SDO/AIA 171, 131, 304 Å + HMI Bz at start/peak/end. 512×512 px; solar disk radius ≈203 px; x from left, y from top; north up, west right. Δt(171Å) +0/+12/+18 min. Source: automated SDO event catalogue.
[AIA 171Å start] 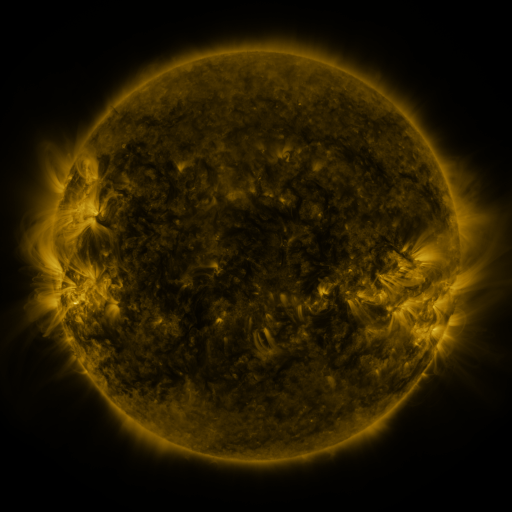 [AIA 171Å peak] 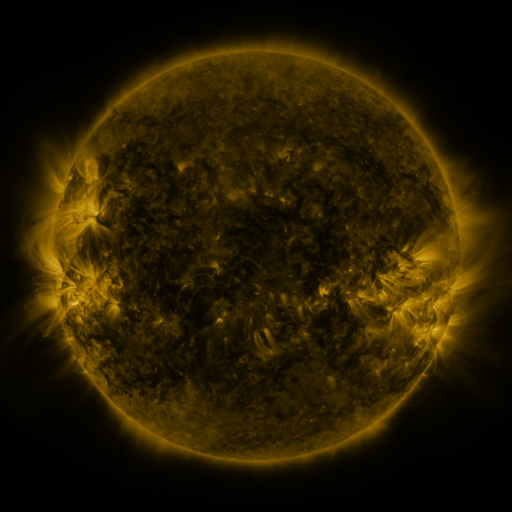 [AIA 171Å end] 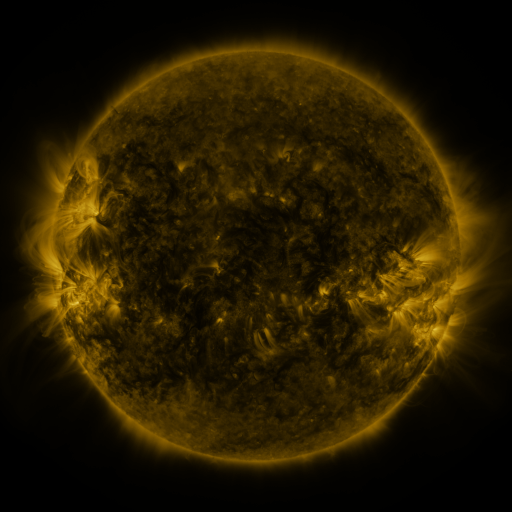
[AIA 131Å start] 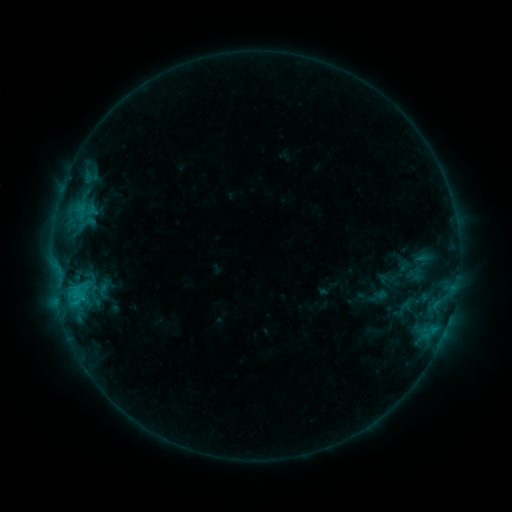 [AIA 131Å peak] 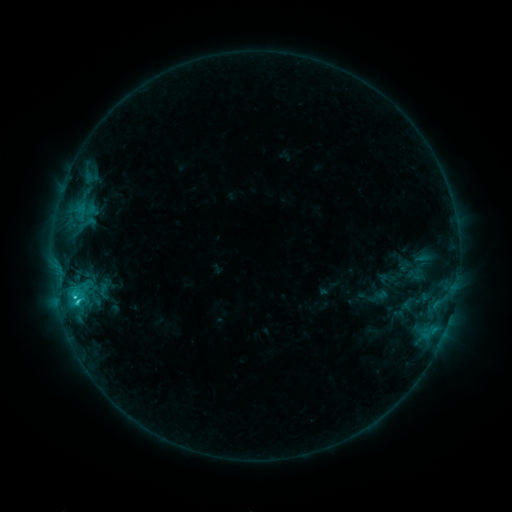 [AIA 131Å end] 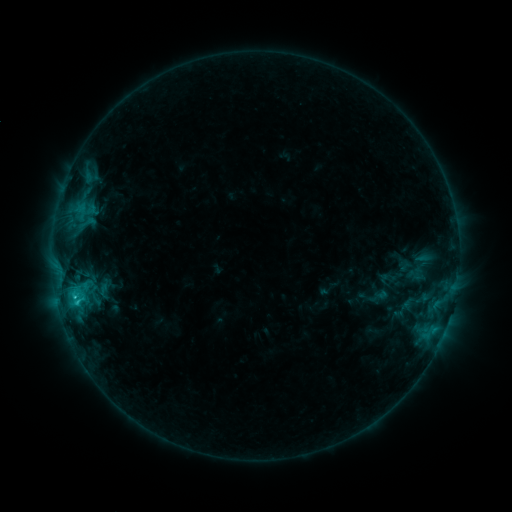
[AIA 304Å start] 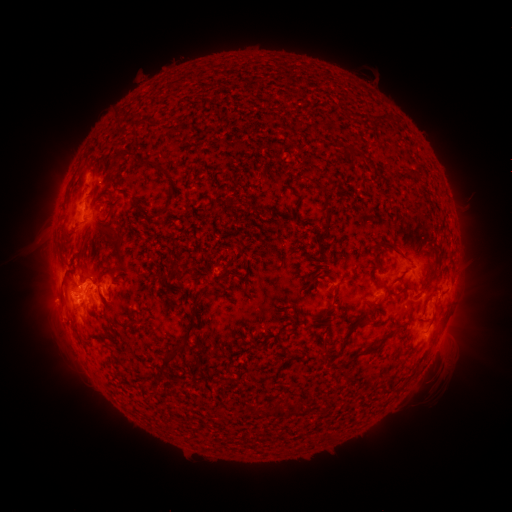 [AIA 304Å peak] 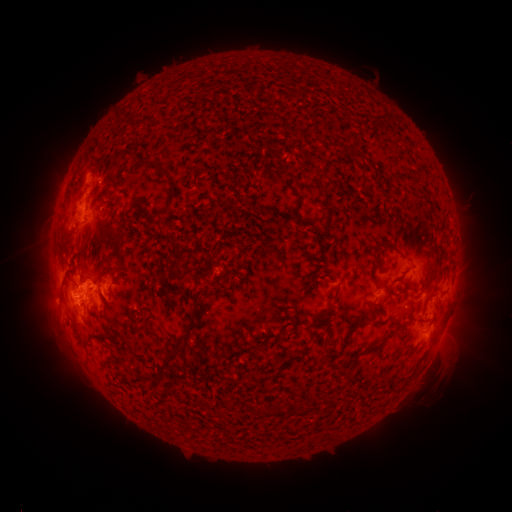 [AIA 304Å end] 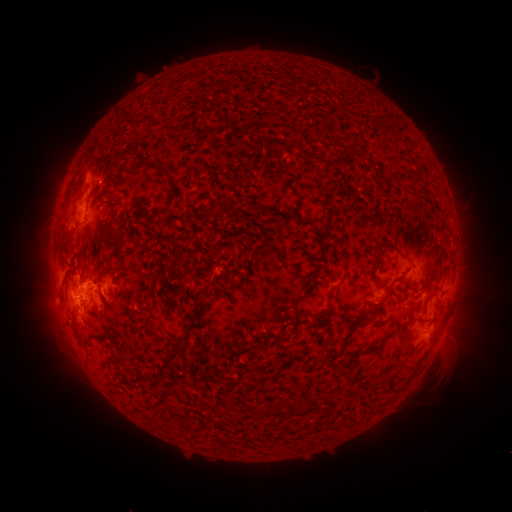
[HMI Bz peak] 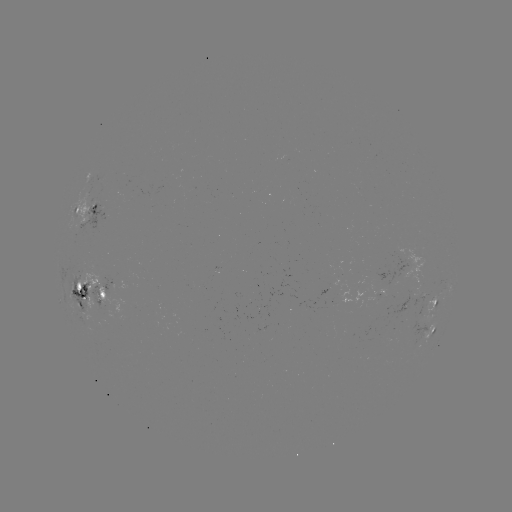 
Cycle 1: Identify C2.3 flare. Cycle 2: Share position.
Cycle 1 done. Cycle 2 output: (77, 299).